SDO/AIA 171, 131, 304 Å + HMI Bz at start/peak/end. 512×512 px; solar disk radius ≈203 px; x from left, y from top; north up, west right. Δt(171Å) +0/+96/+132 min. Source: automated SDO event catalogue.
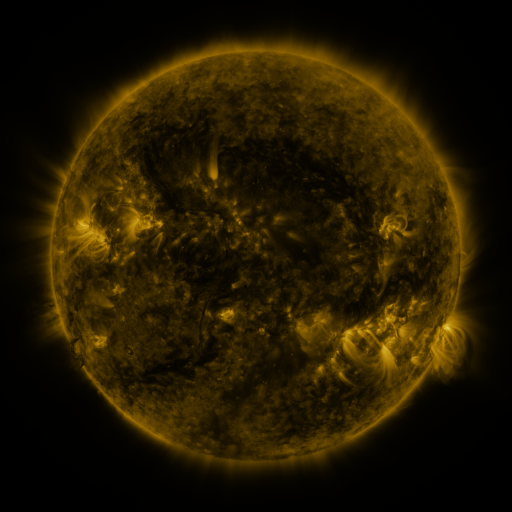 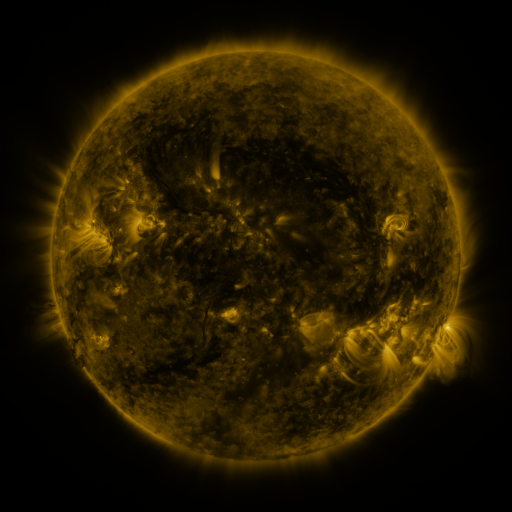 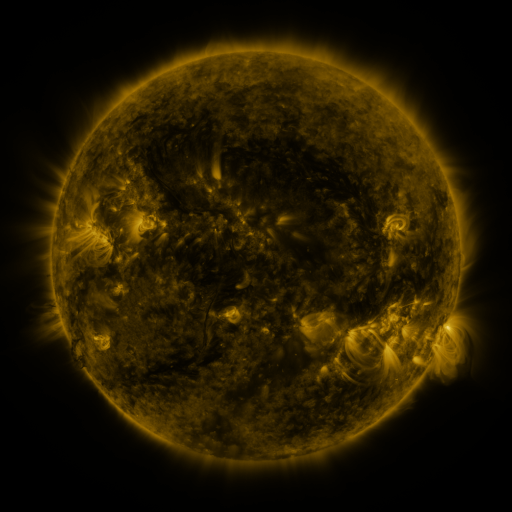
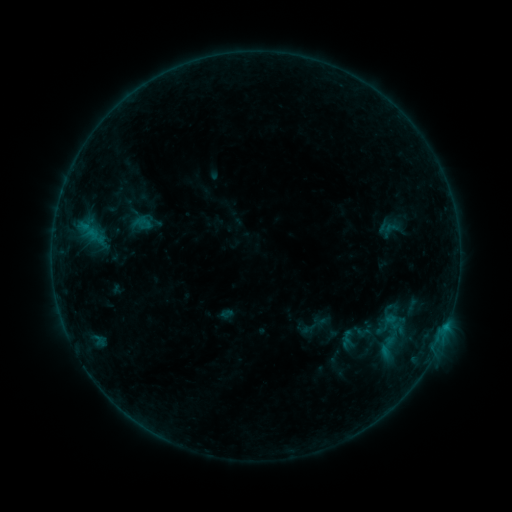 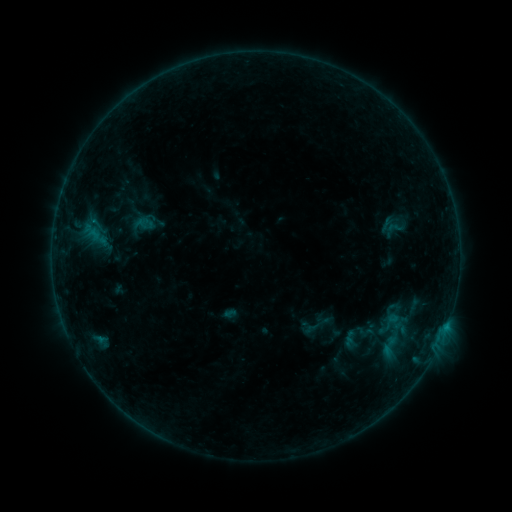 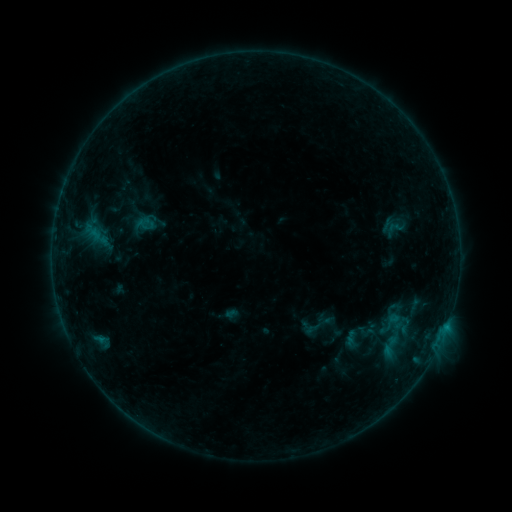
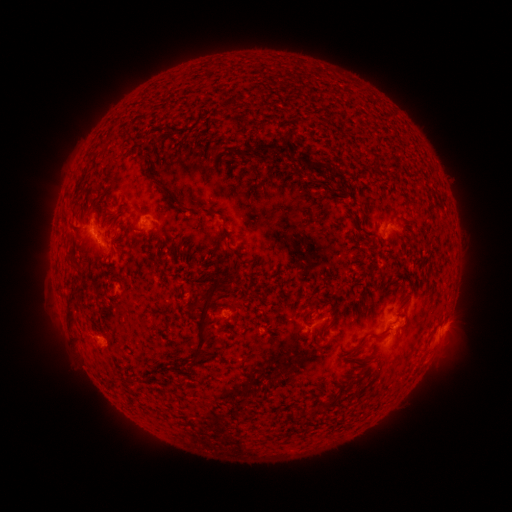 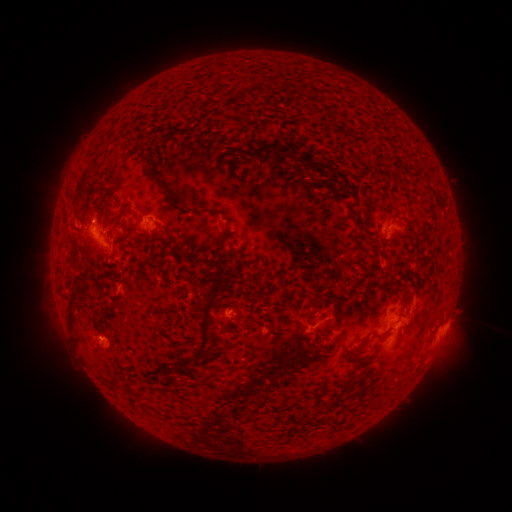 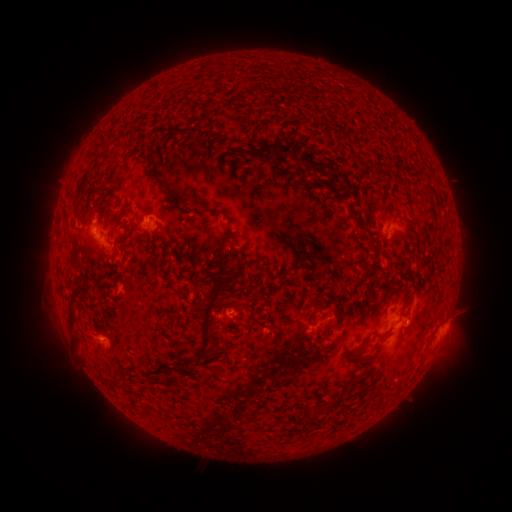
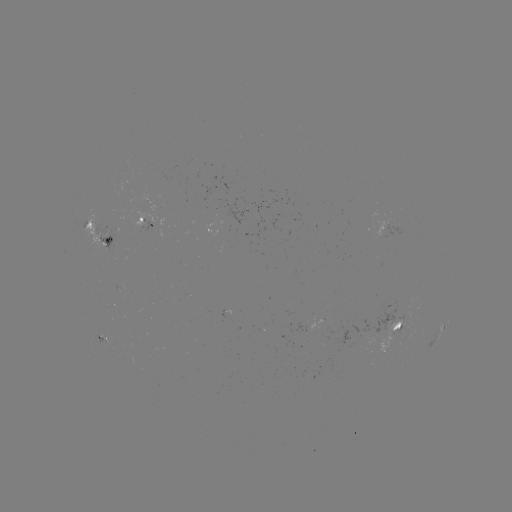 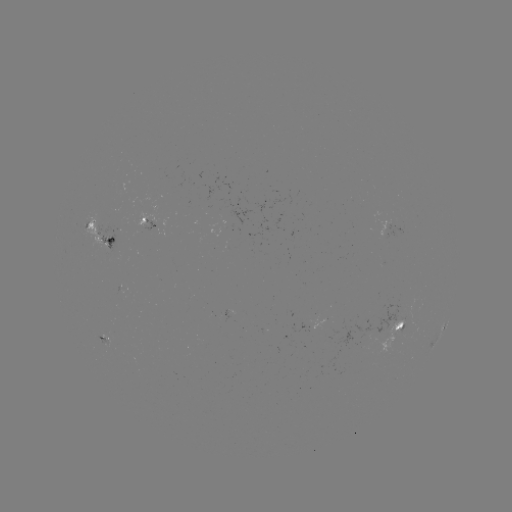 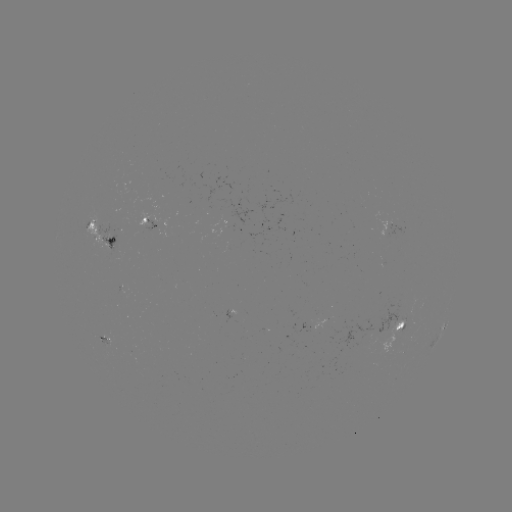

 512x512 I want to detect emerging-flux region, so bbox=[96, 332, 111, 346].